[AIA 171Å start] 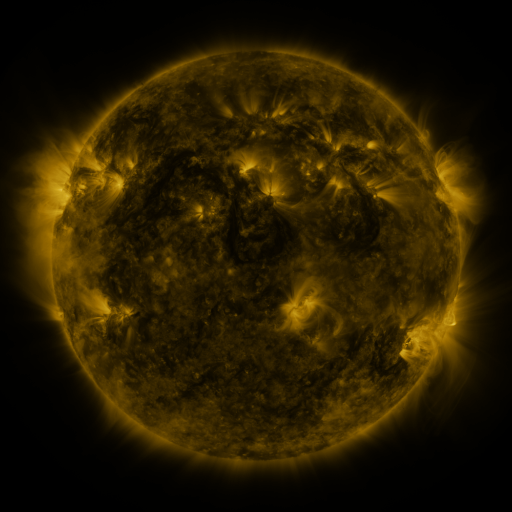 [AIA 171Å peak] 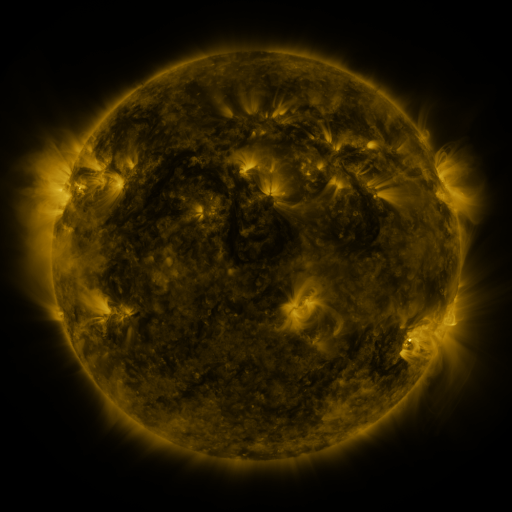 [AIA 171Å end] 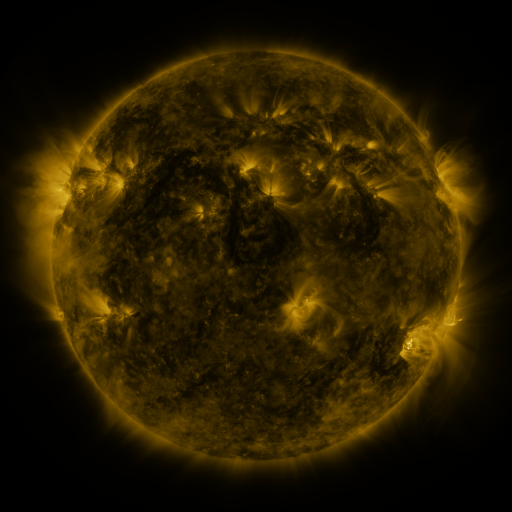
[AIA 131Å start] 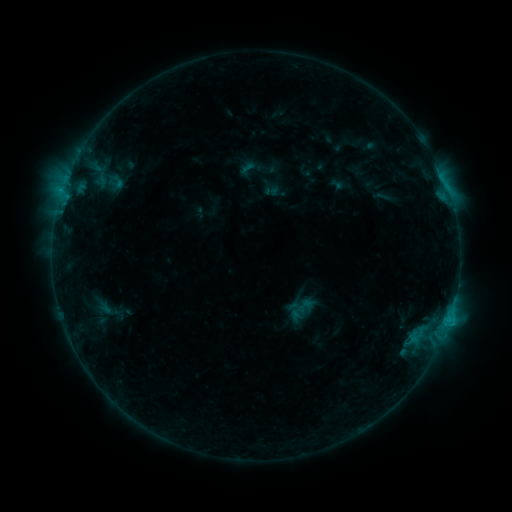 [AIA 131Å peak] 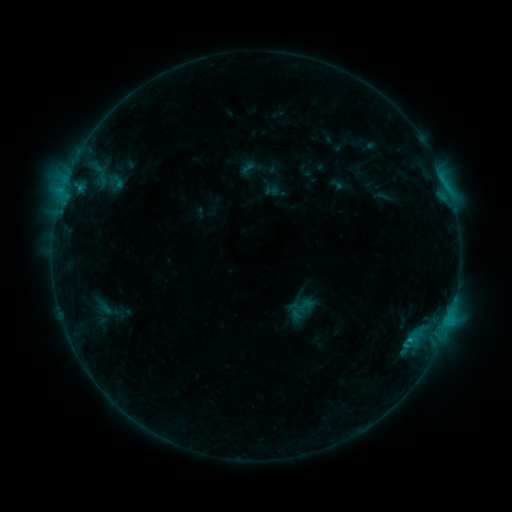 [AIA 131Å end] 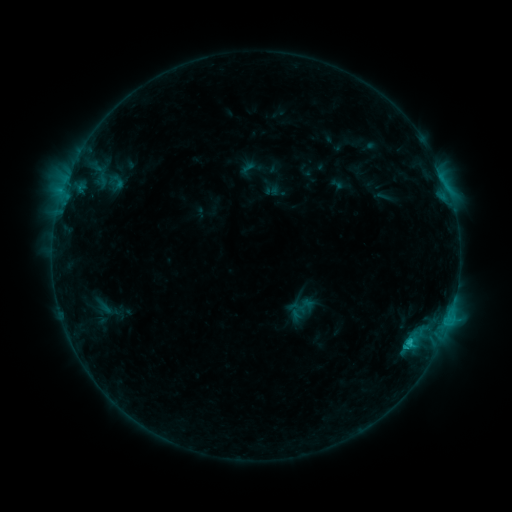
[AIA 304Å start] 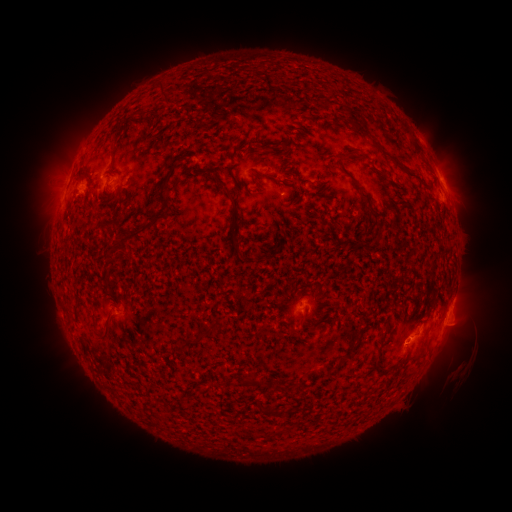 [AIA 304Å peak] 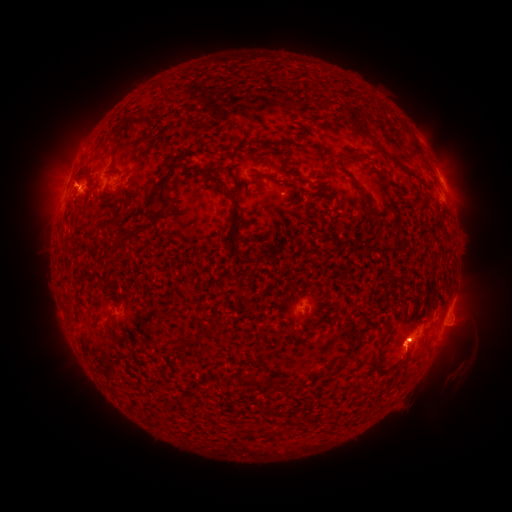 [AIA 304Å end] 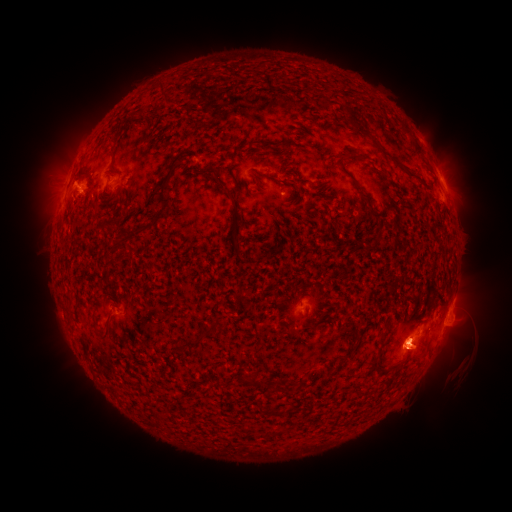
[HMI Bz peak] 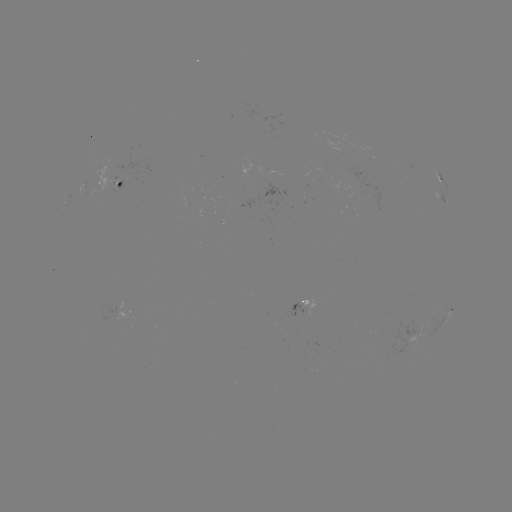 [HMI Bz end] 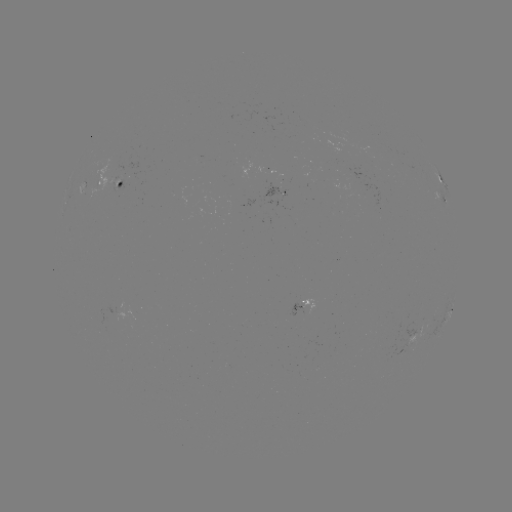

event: eruption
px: (421, 350)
